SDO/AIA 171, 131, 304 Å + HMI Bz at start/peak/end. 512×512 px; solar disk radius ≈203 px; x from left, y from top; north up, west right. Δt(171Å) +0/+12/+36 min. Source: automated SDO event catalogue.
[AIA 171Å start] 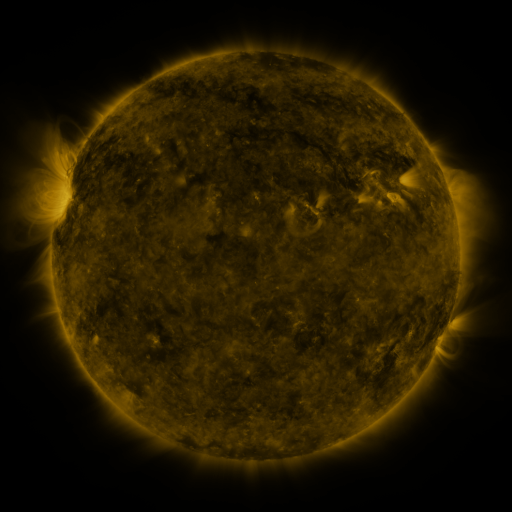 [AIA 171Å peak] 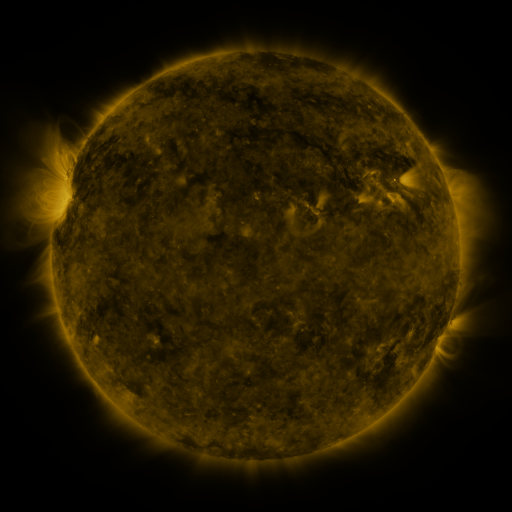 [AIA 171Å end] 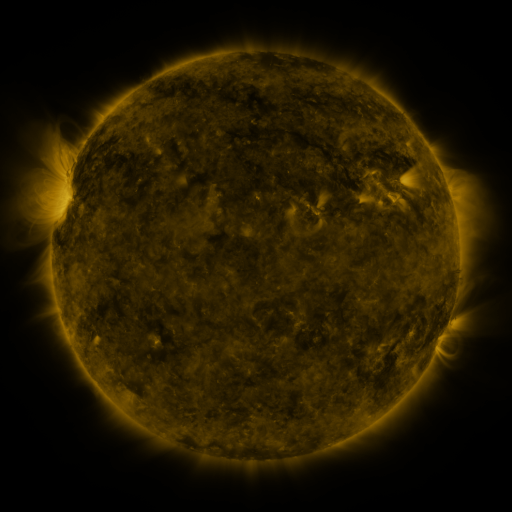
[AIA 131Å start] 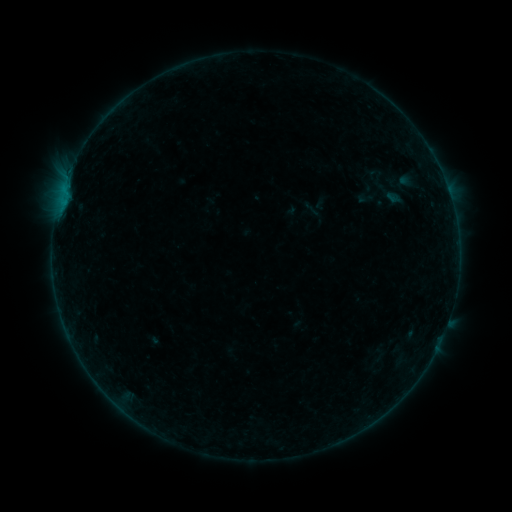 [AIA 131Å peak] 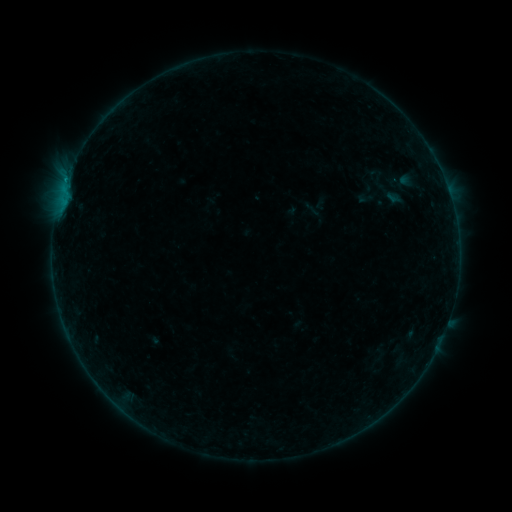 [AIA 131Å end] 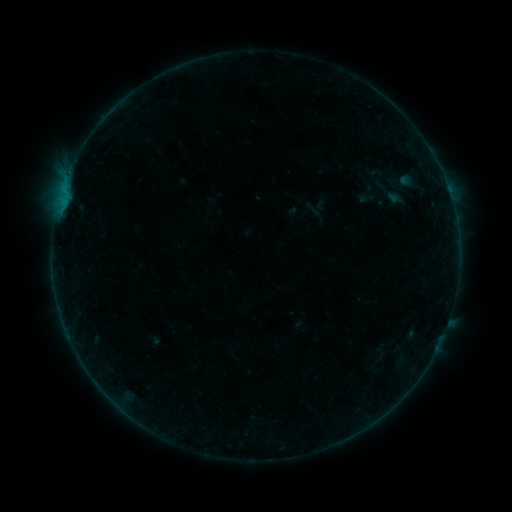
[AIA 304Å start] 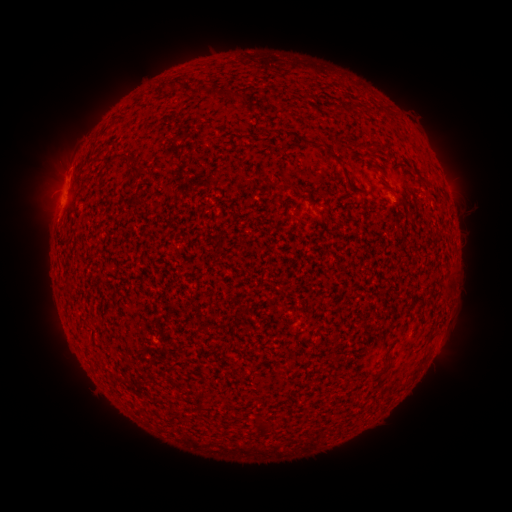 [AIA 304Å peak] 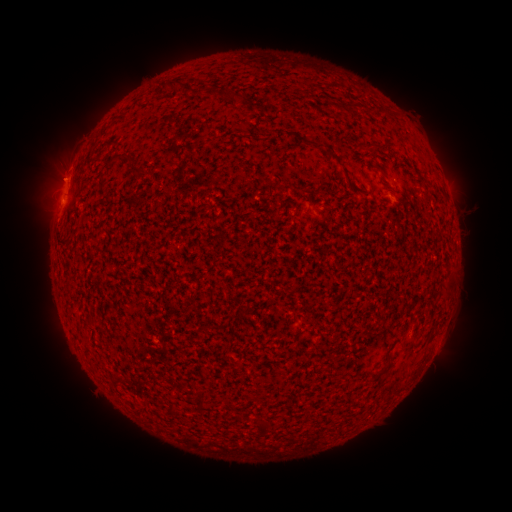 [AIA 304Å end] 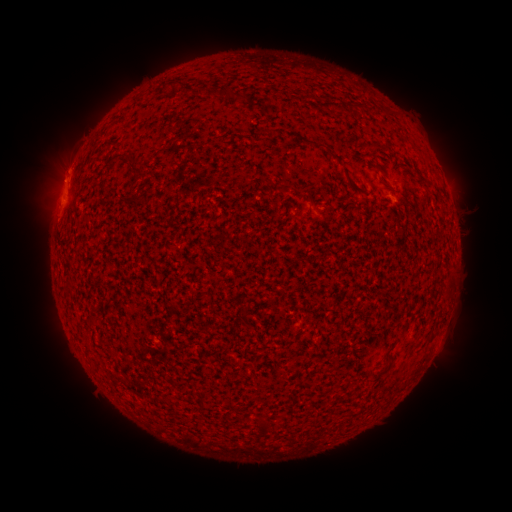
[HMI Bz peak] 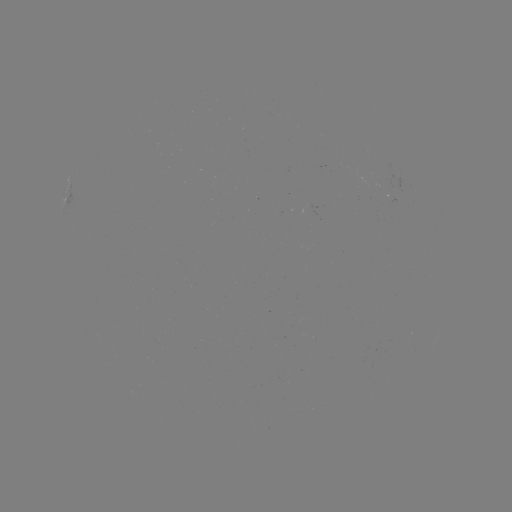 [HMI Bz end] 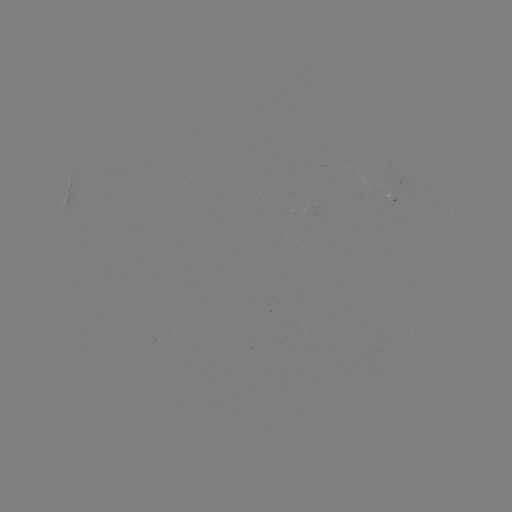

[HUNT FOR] B2.1 flare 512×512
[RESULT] [66, 183]